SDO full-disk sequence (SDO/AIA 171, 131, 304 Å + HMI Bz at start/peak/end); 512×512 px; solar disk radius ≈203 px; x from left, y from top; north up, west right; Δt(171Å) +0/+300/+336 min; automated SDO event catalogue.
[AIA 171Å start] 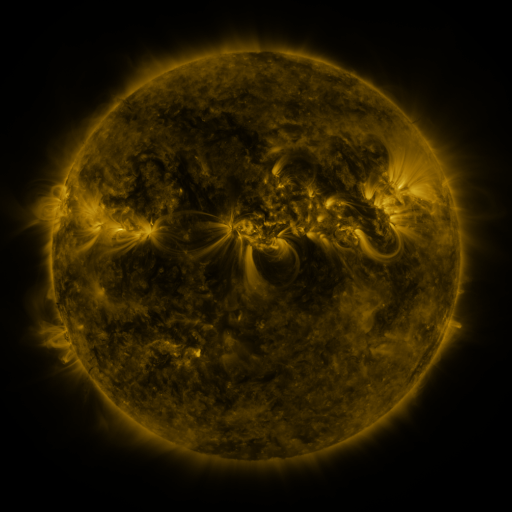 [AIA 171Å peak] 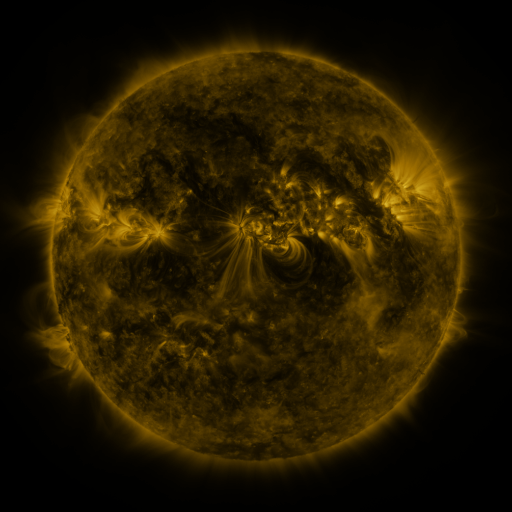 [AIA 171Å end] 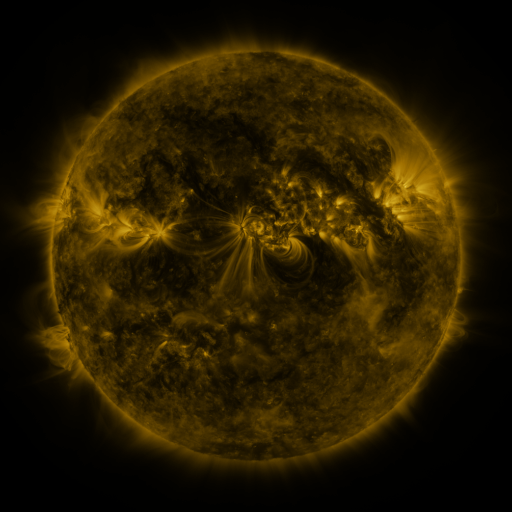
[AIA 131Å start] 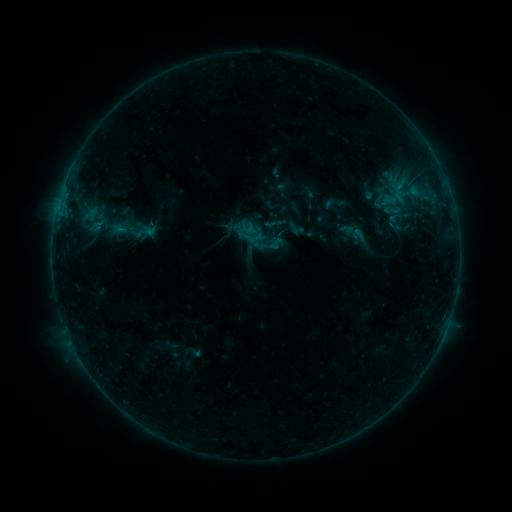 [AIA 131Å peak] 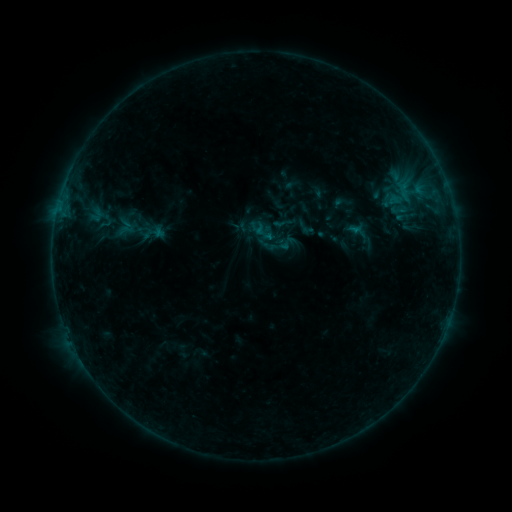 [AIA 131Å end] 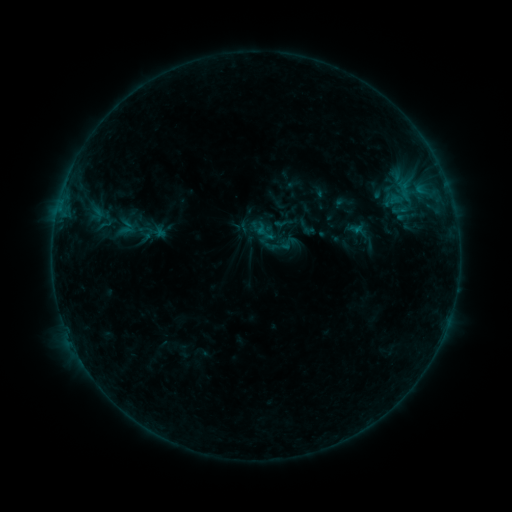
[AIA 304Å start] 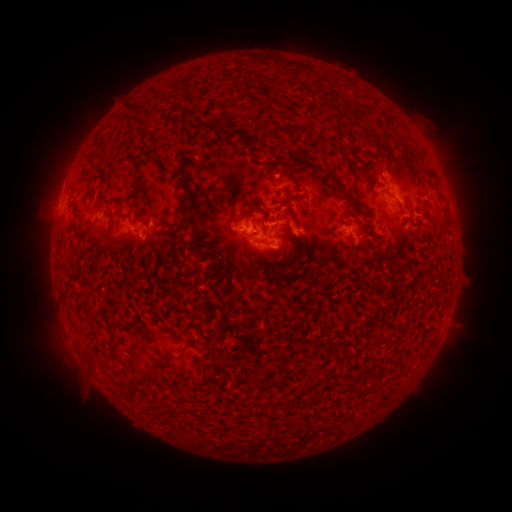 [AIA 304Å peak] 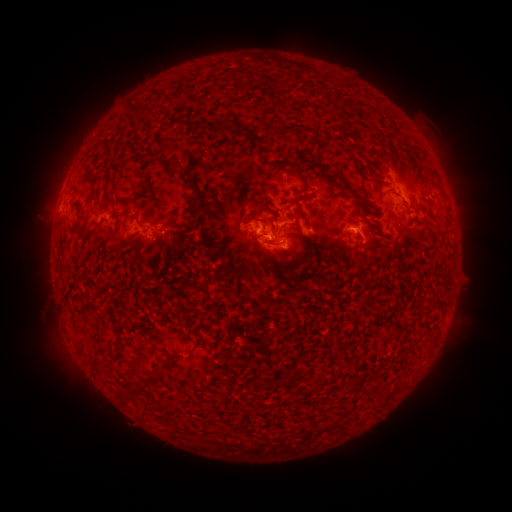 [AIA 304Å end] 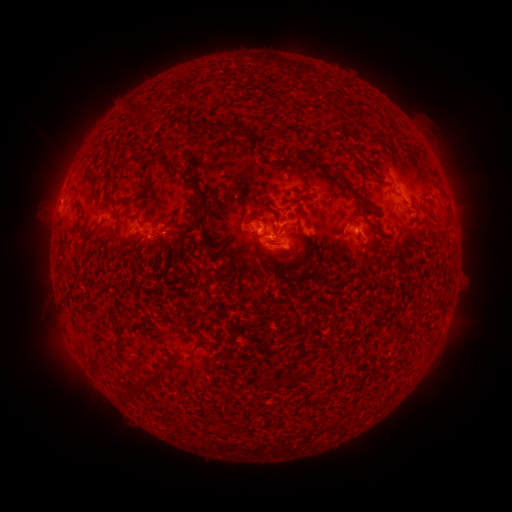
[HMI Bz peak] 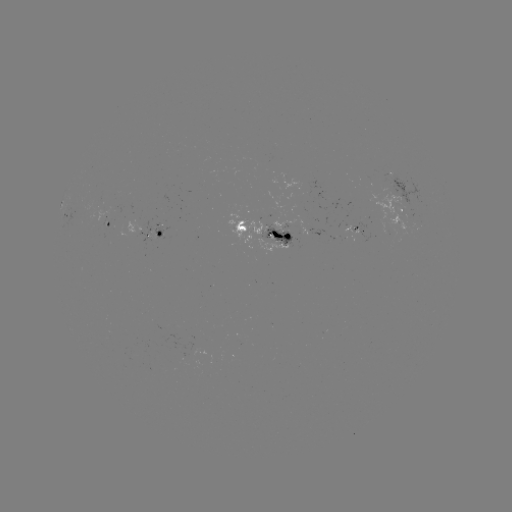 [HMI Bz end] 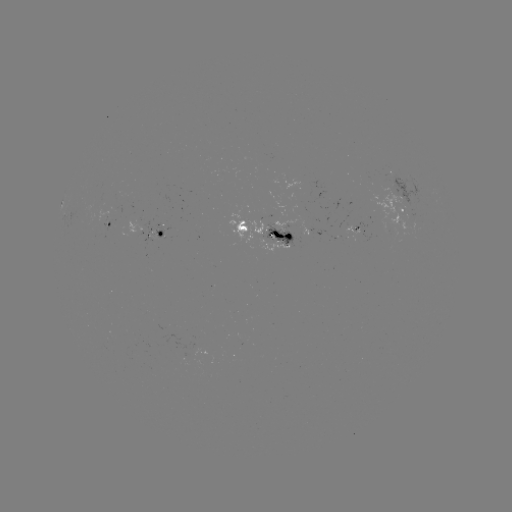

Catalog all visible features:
emerging-flux region: (355, 230)
